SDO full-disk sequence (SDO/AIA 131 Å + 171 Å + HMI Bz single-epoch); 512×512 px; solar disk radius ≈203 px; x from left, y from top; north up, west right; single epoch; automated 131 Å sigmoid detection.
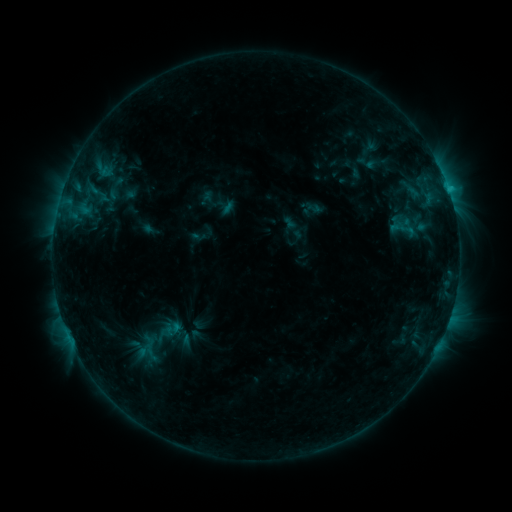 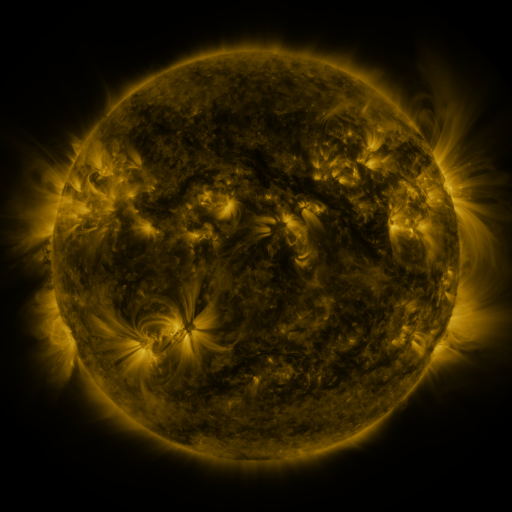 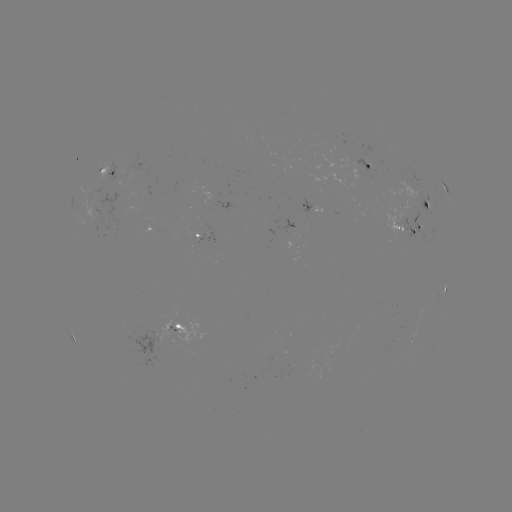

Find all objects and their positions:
sigmoid: (172, 329)
